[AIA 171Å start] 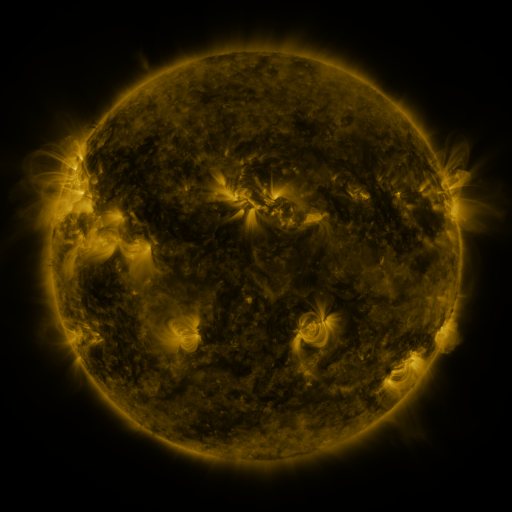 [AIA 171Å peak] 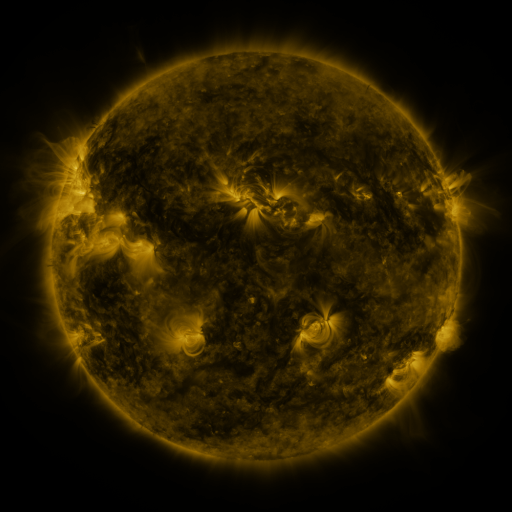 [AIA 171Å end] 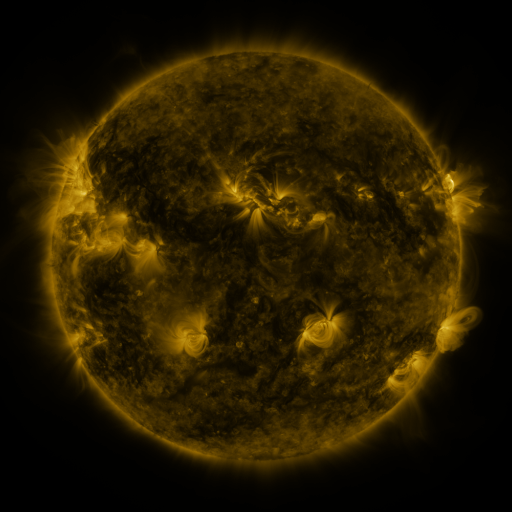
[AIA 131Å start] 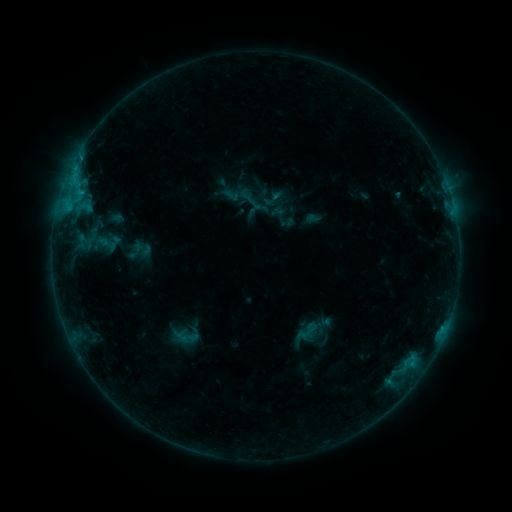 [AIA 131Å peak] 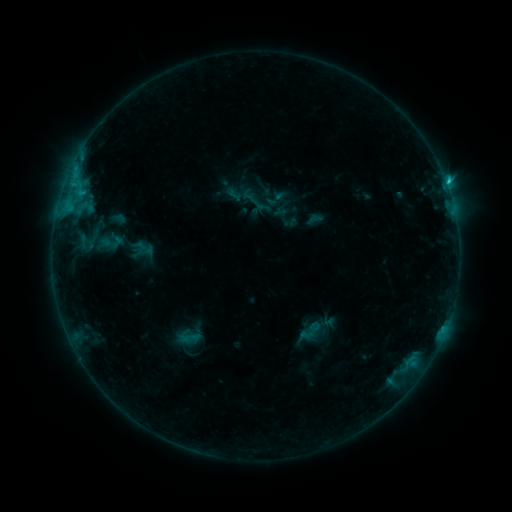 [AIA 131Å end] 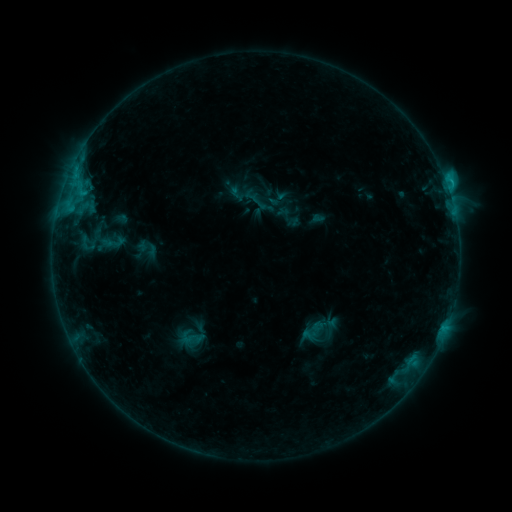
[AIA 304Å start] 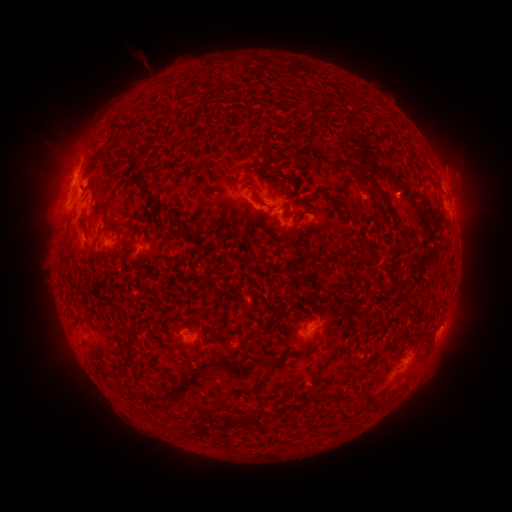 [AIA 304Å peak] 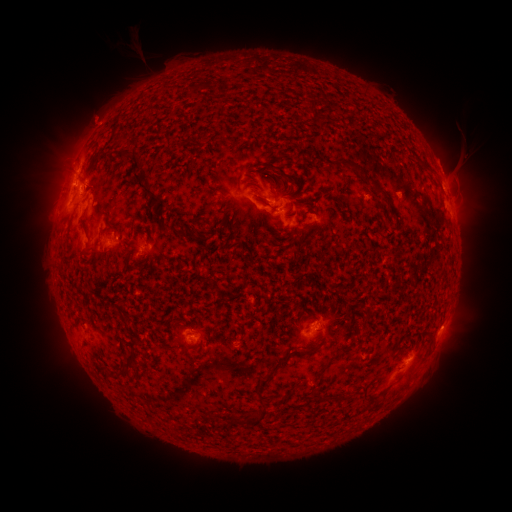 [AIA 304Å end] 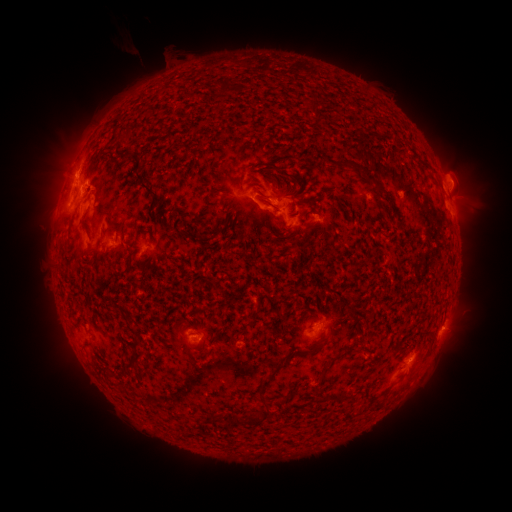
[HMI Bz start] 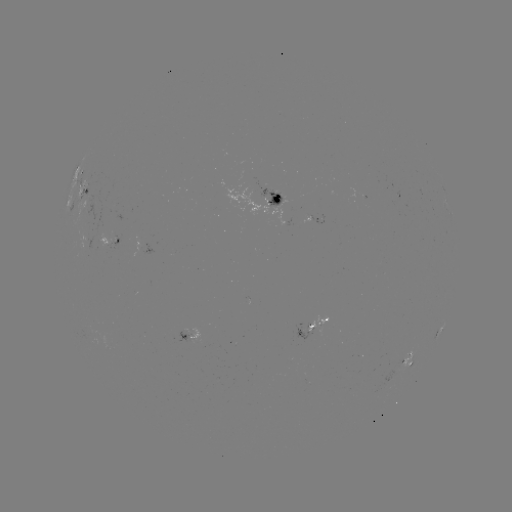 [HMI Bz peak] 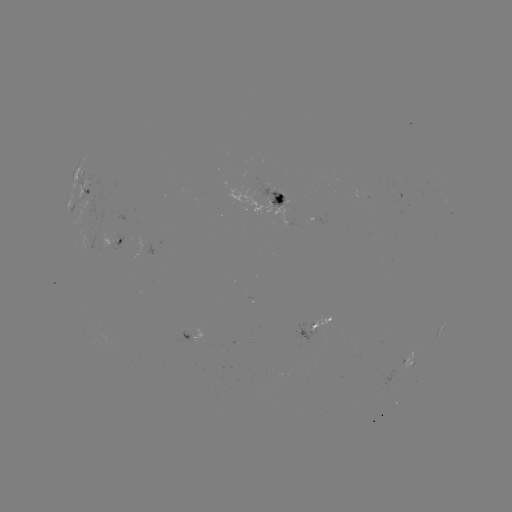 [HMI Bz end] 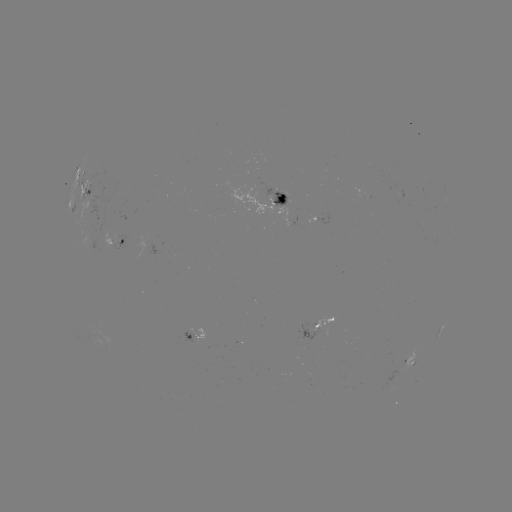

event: filament eruption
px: (465, 145)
